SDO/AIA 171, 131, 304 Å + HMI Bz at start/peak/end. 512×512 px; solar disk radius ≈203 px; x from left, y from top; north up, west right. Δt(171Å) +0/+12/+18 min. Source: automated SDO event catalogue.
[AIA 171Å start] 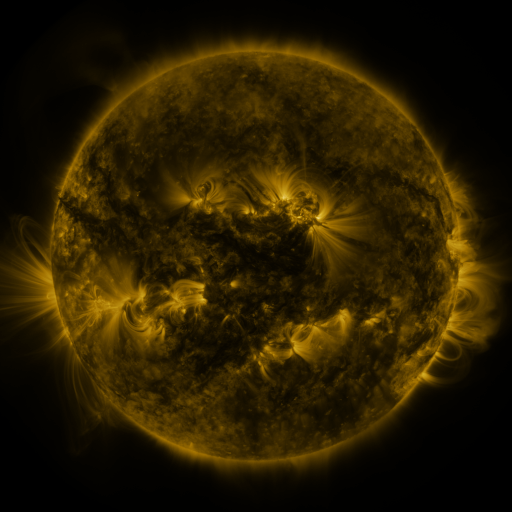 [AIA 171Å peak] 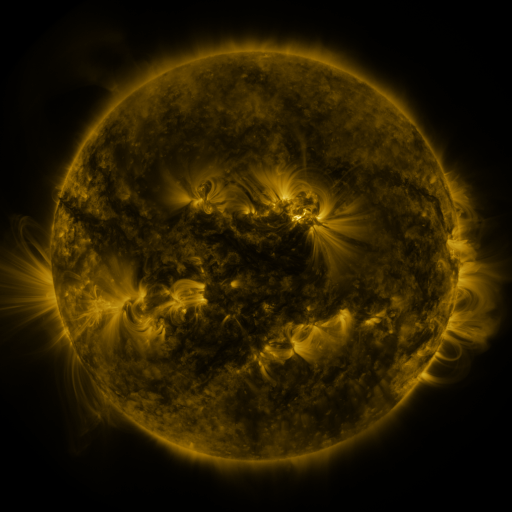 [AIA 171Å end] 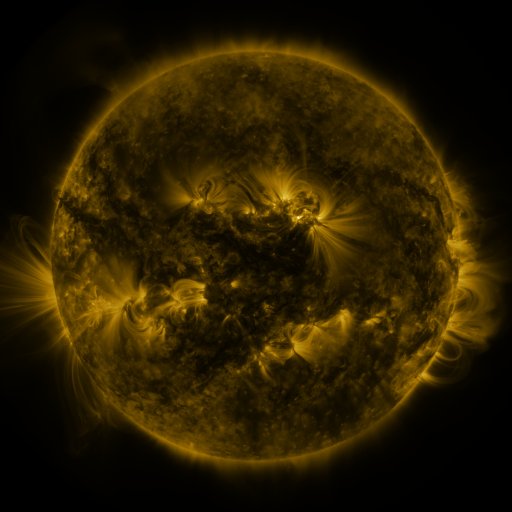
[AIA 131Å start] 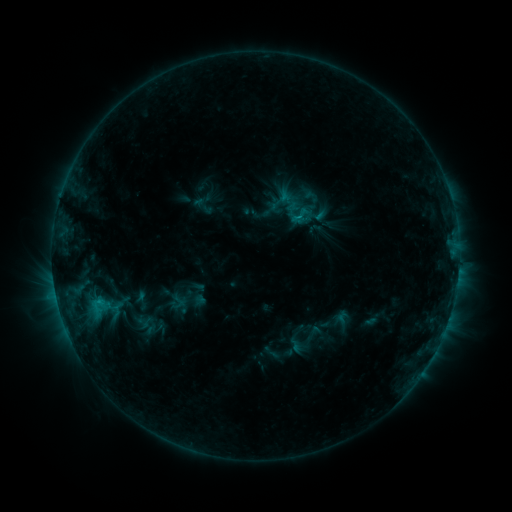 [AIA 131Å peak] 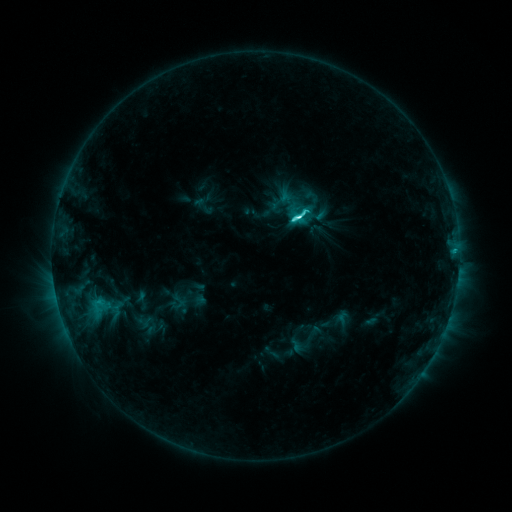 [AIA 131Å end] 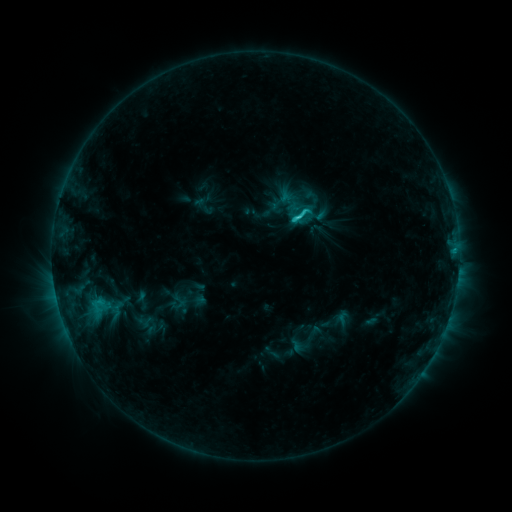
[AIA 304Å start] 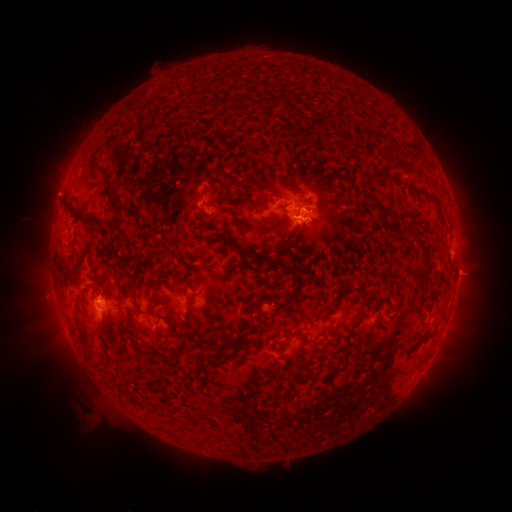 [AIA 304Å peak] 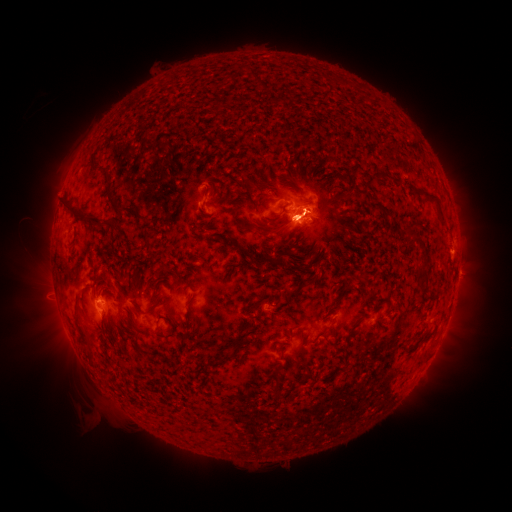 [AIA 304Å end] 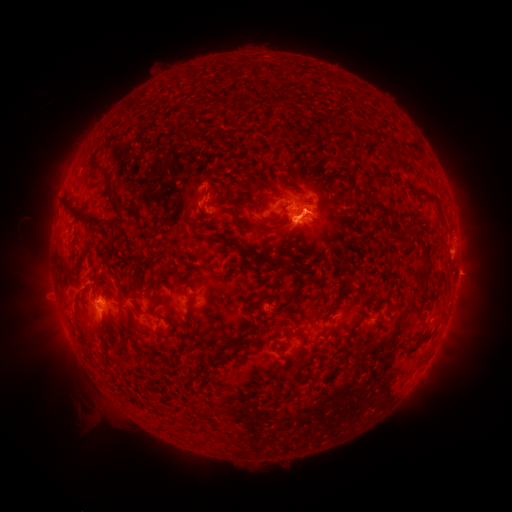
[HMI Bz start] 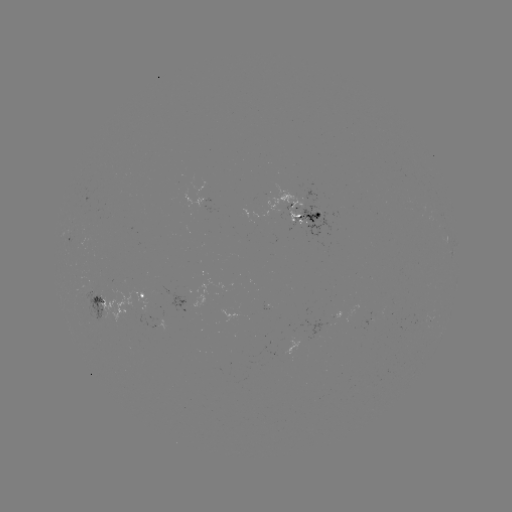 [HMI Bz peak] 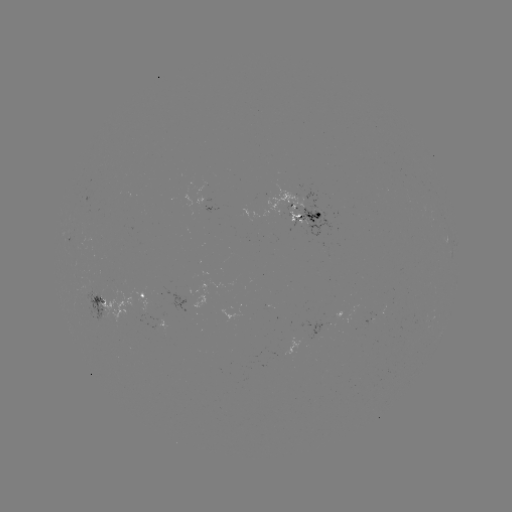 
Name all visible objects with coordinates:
C6.7 flare: (293, 221)
